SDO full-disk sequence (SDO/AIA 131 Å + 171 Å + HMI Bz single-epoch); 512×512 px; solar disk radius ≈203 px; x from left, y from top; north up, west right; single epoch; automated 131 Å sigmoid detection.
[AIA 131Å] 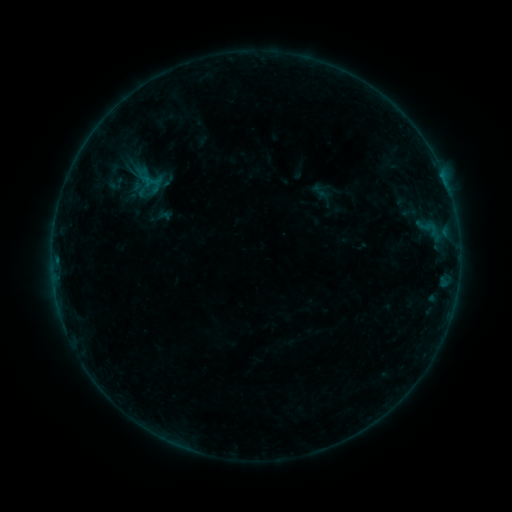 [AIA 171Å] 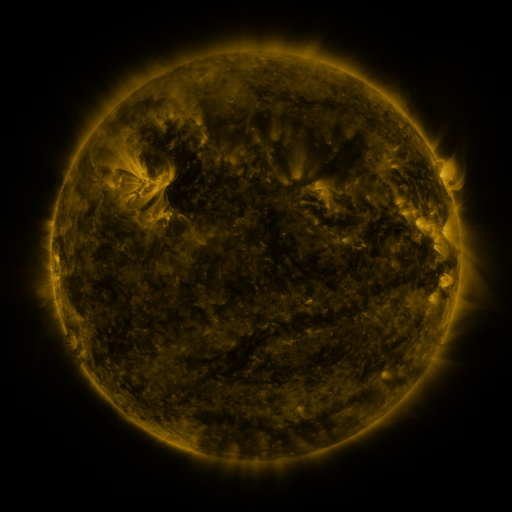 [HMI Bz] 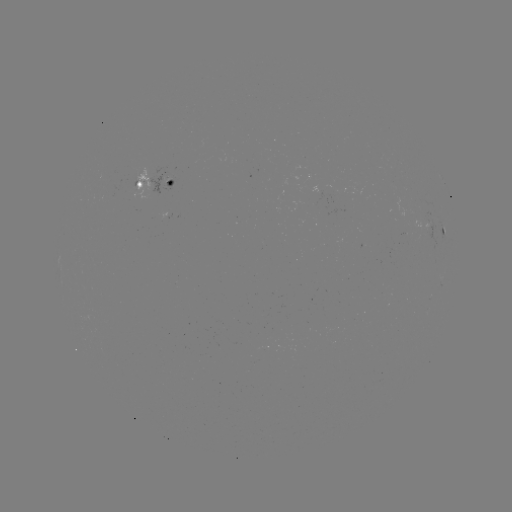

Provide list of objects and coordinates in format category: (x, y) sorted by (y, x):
sigmoid: (150, 181)
